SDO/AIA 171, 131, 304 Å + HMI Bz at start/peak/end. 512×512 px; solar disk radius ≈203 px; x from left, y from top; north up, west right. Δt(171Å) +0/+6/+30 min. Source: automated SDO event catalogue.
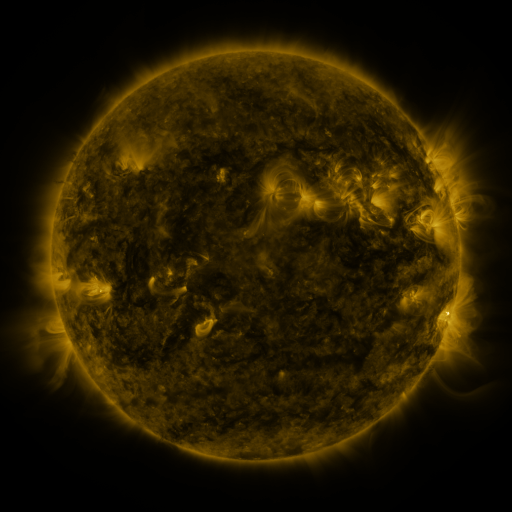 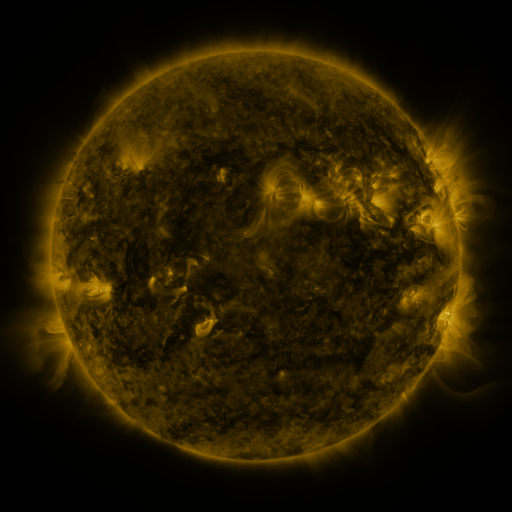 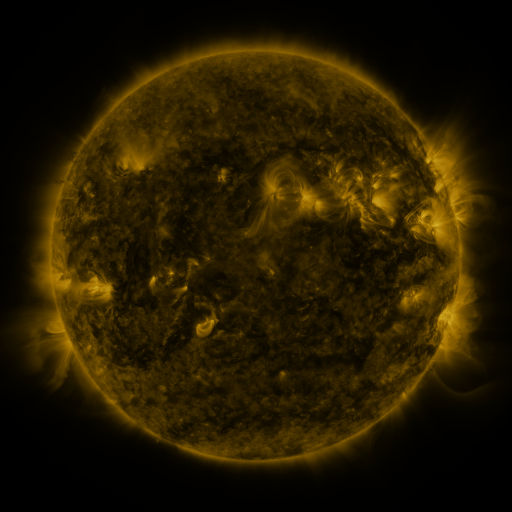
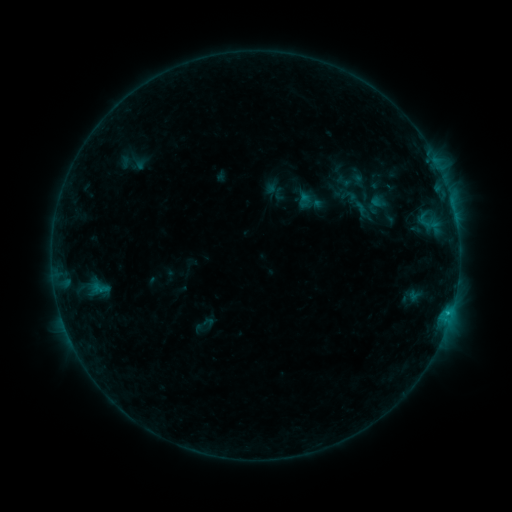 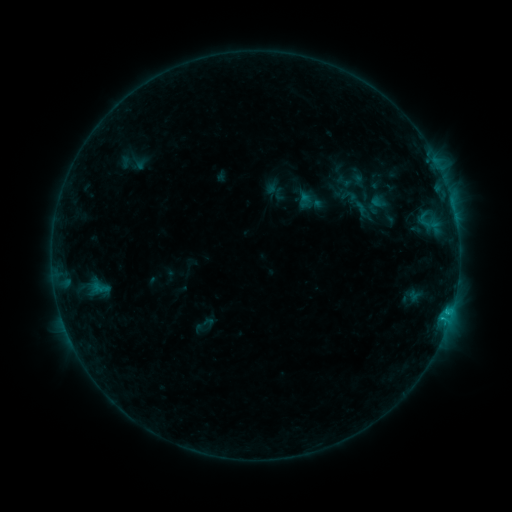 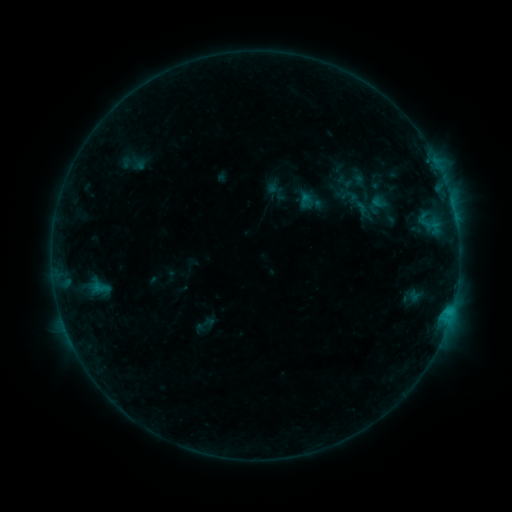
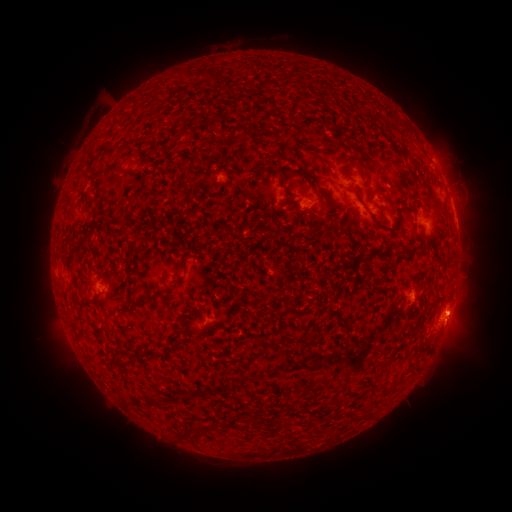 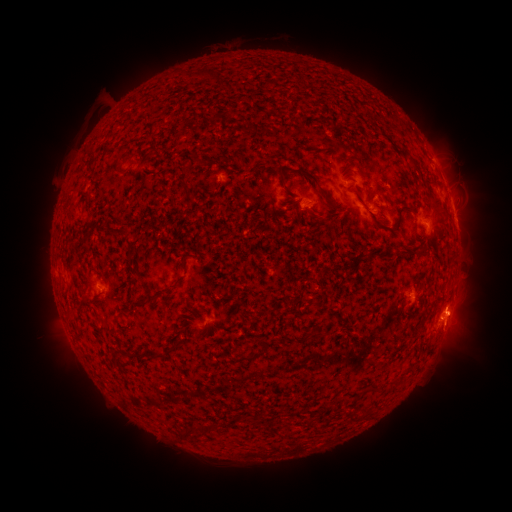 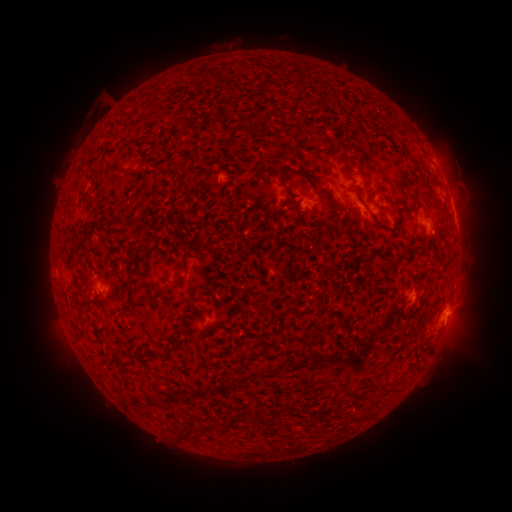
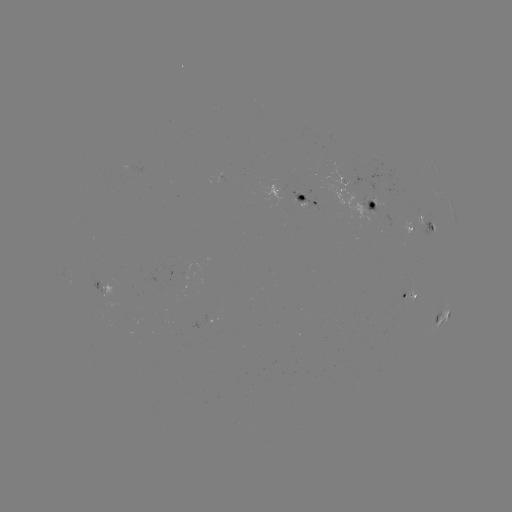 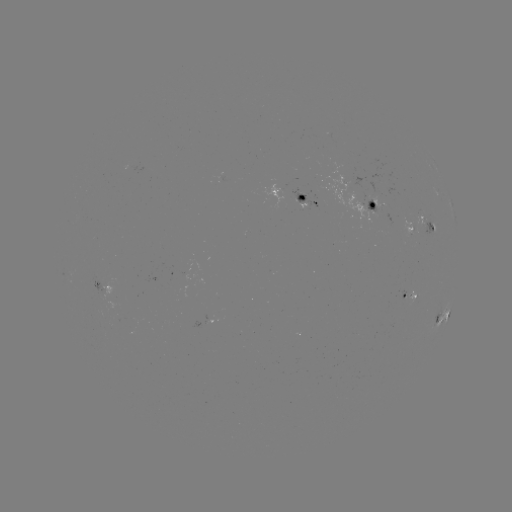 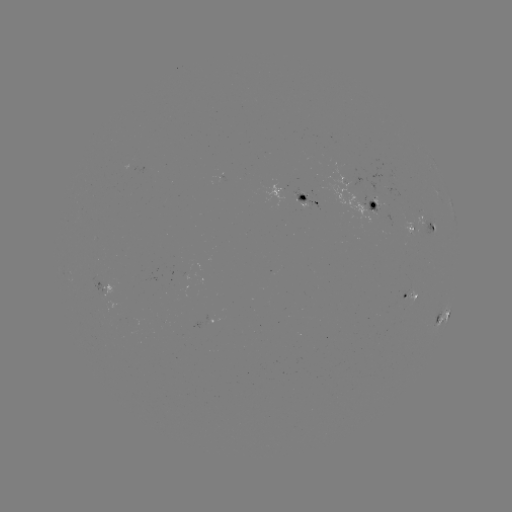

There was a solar flare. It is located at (443, 316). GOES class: B8.8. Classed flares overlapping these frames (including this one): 1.